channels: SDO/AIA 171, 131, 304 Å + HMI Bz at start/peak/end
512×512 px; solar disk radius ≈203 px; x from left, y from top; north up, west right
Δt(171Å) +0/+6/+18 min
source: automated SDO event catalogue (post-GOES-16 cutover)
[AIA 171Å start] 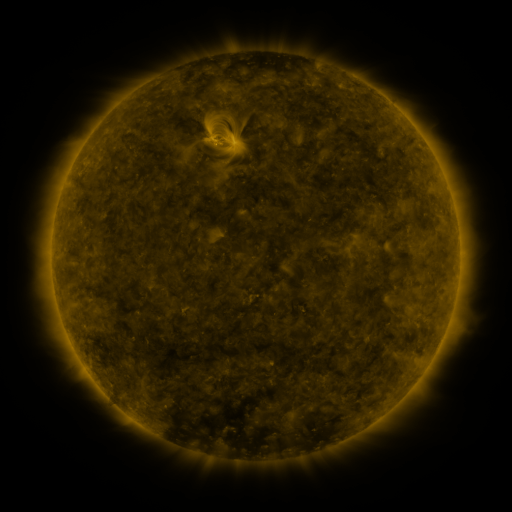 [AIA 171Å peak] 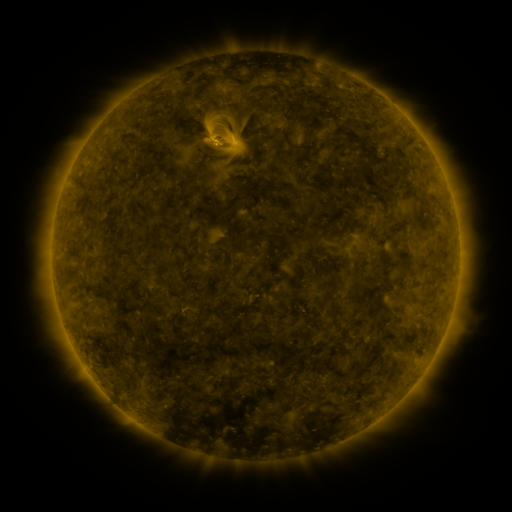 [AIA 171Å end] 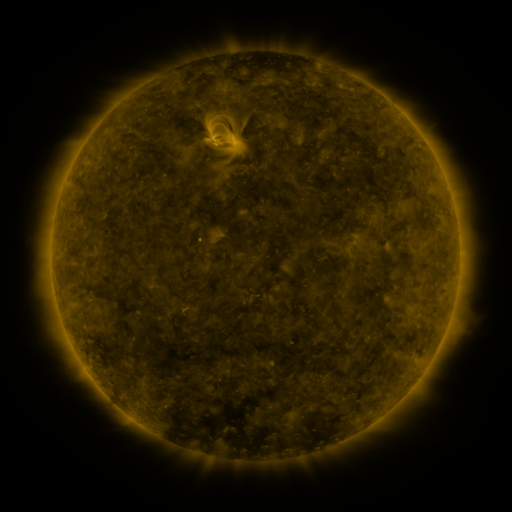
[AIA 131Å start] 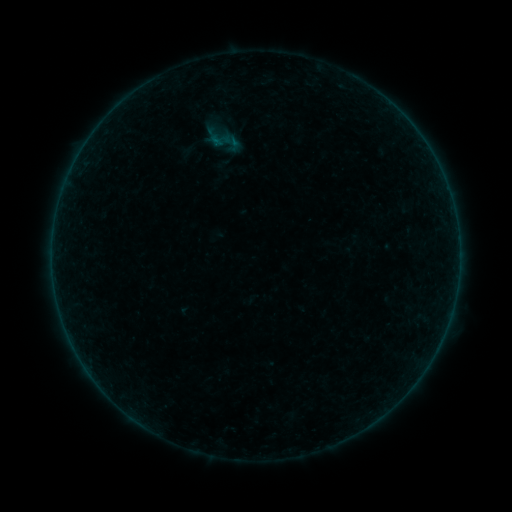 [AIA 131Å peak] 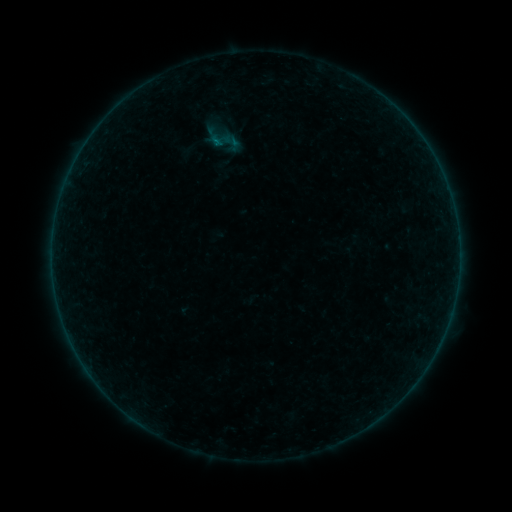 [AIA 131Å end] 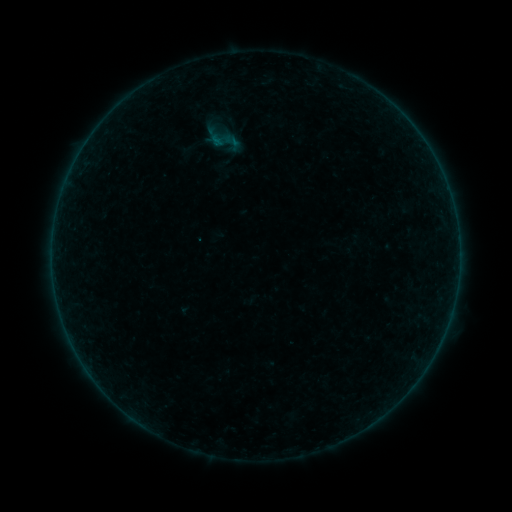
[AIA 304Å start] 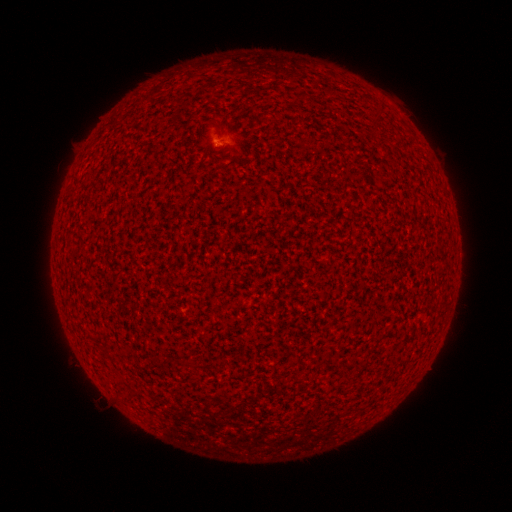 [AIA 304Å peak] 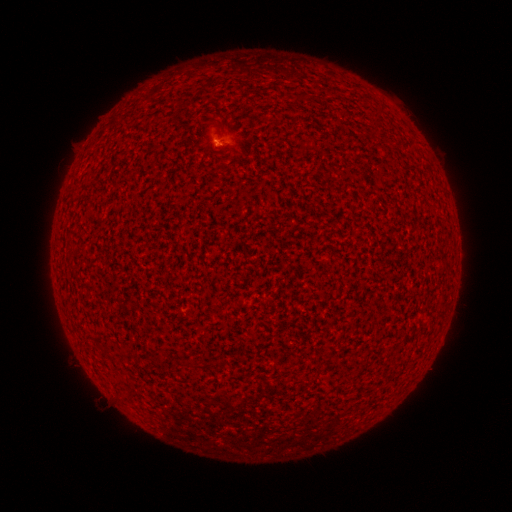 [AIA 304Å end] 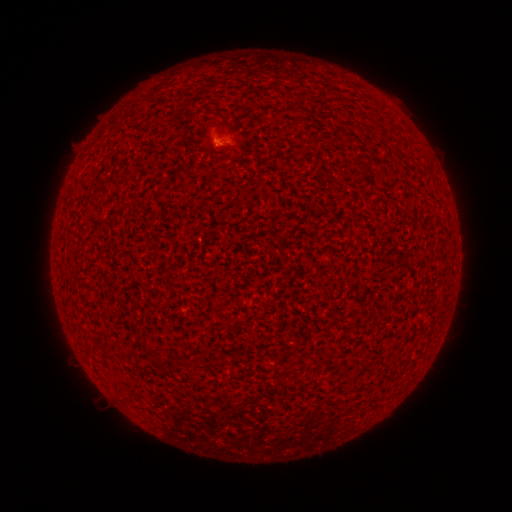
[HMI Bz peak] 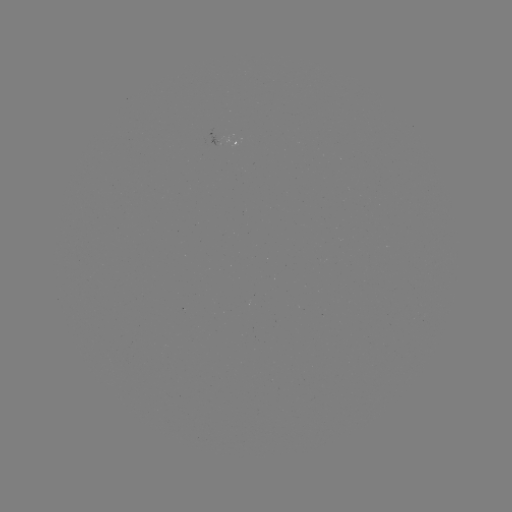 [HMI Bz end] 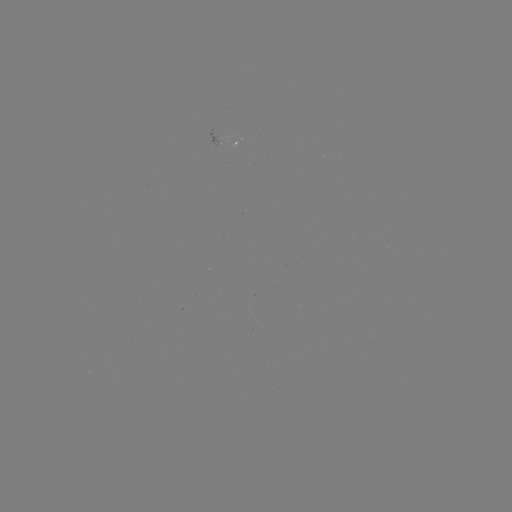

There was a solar flare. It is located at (218, 144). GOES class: A5.2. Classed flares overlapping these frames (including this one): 1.